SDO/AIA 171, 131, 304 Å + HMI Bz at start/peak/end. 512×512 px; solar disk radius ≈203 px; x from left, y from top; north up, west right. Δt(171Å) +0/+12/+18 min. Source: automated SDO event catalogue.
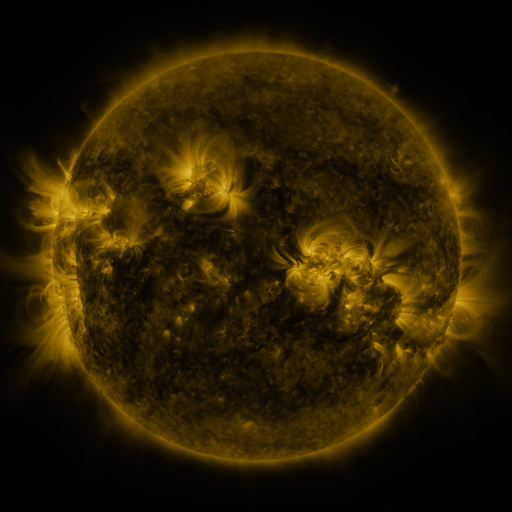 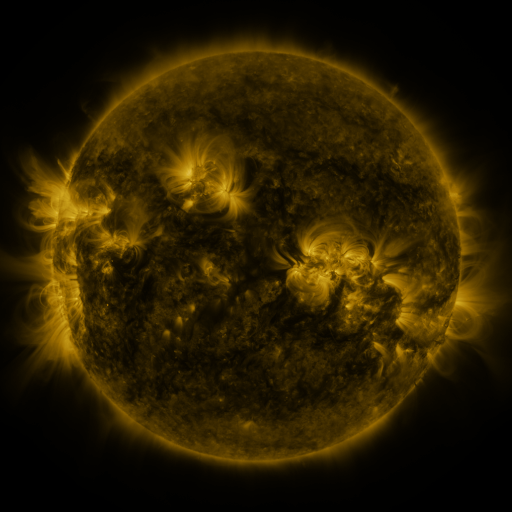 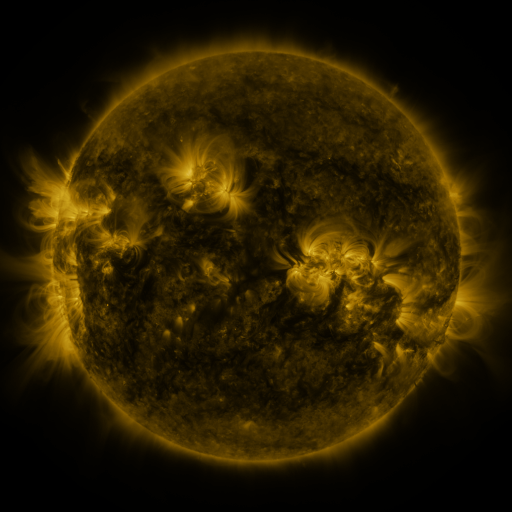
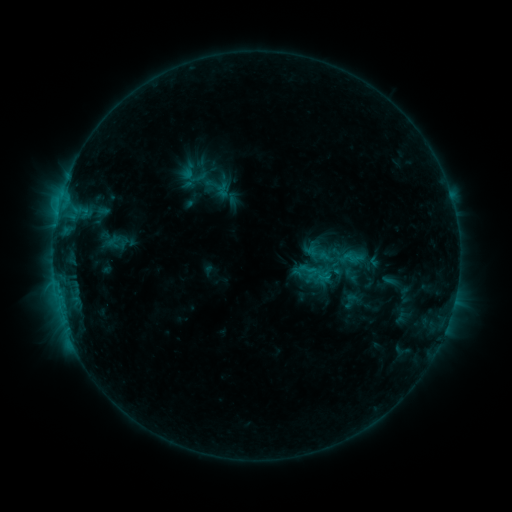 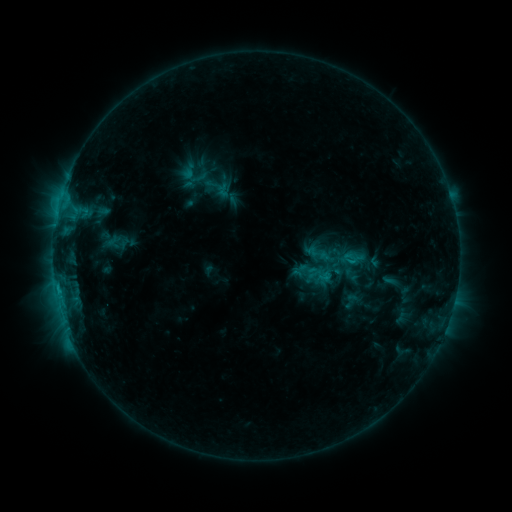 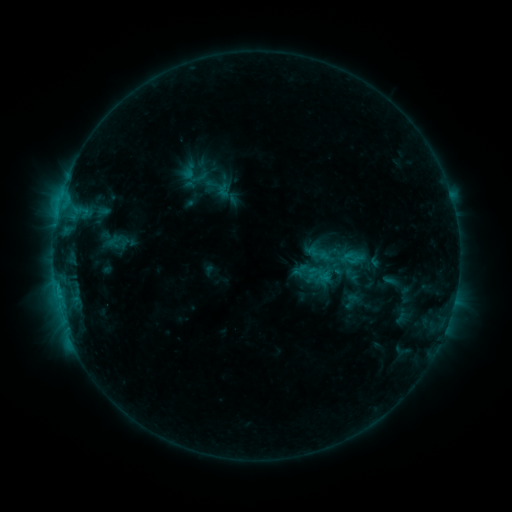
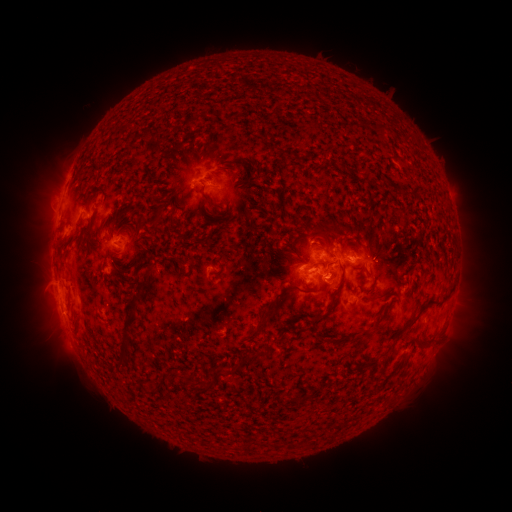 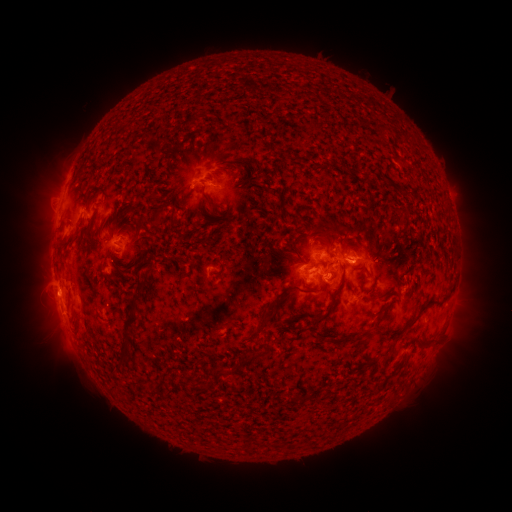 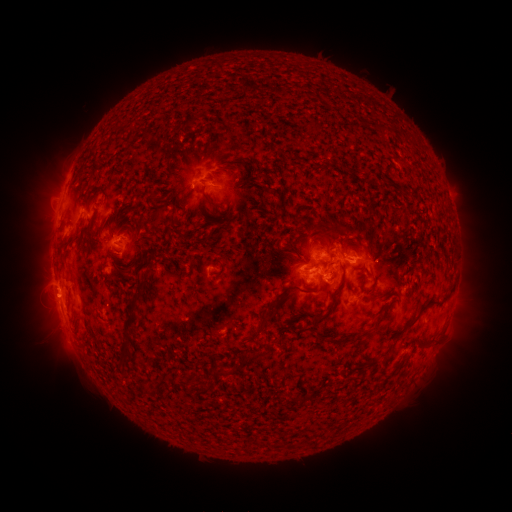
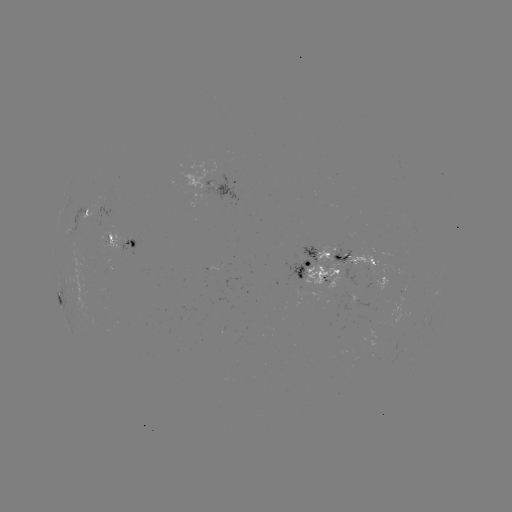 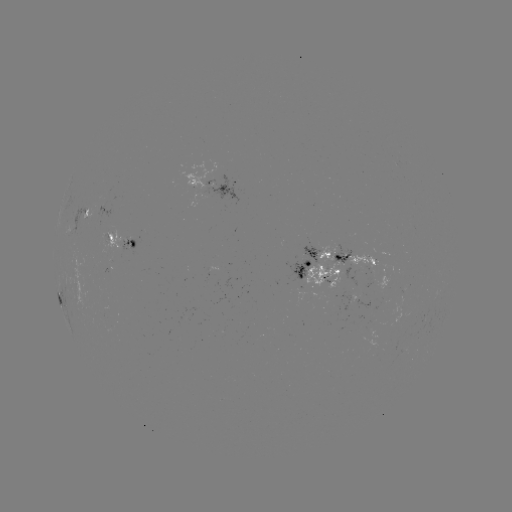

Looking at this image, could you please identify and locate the eruption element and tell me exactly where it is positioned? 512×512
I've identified eruption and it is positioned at [50, 296].